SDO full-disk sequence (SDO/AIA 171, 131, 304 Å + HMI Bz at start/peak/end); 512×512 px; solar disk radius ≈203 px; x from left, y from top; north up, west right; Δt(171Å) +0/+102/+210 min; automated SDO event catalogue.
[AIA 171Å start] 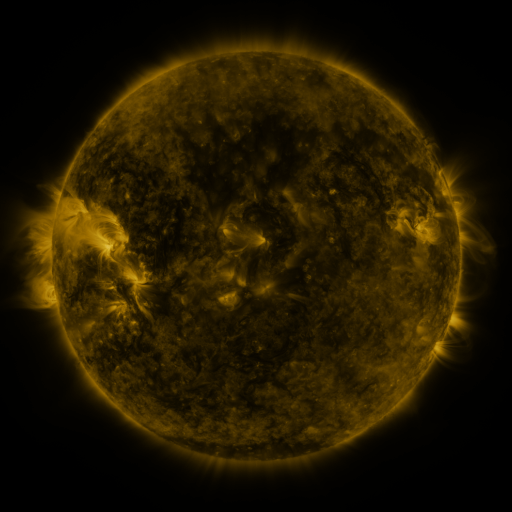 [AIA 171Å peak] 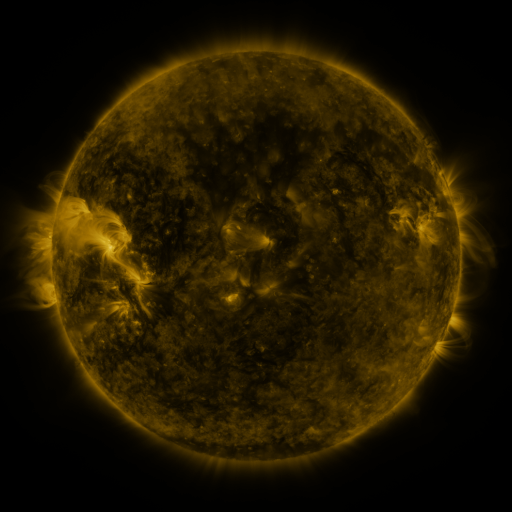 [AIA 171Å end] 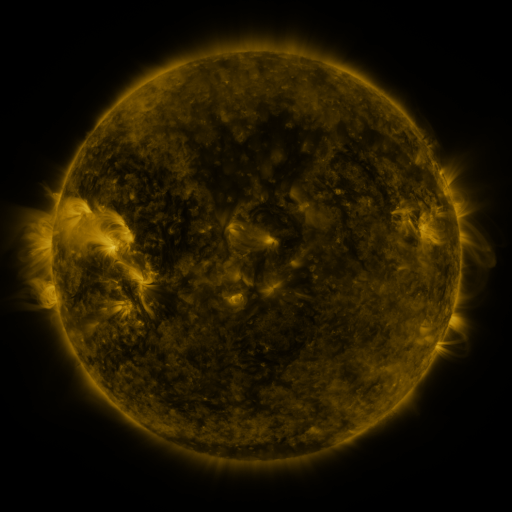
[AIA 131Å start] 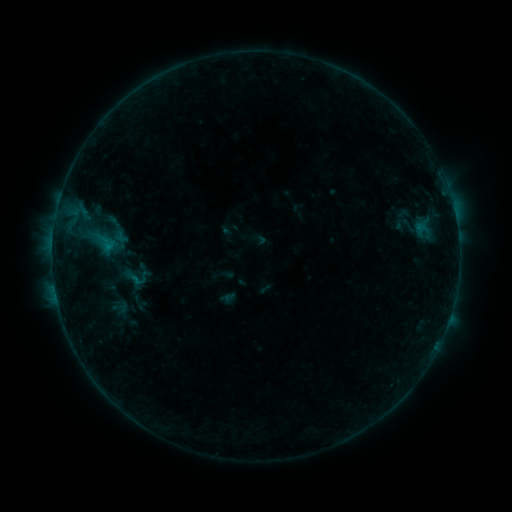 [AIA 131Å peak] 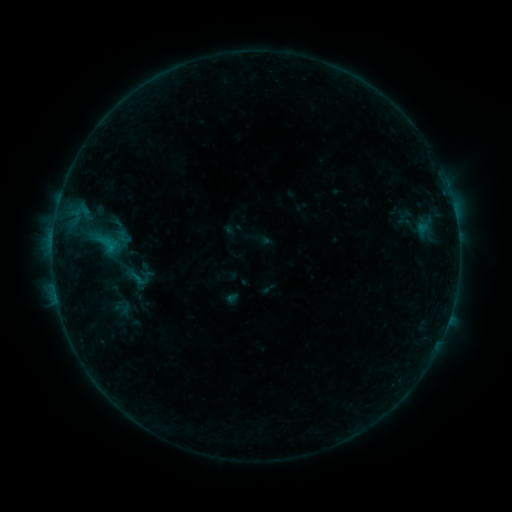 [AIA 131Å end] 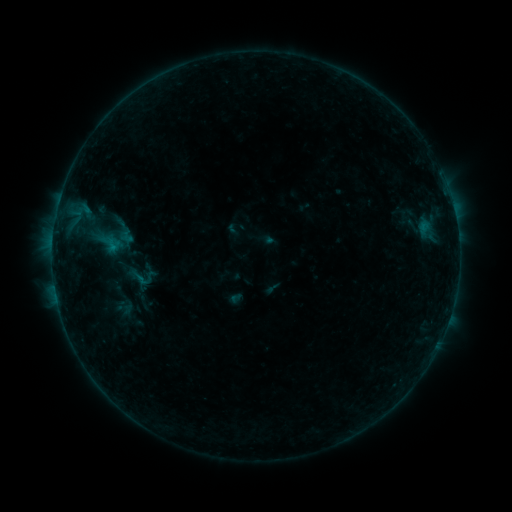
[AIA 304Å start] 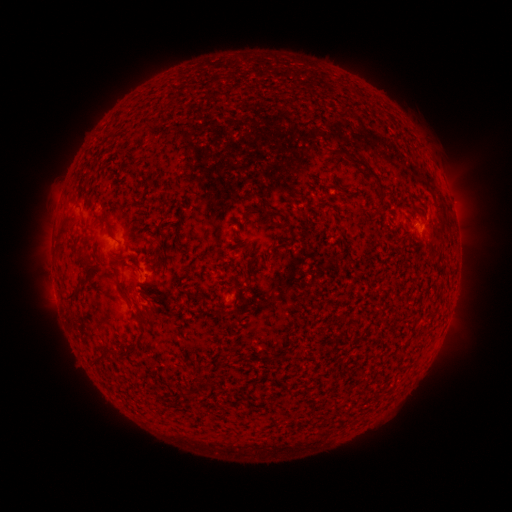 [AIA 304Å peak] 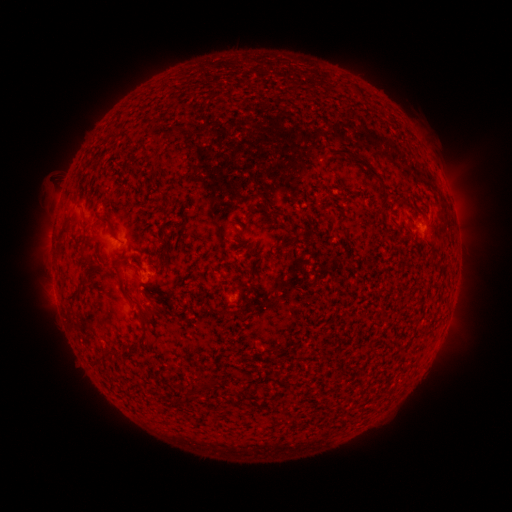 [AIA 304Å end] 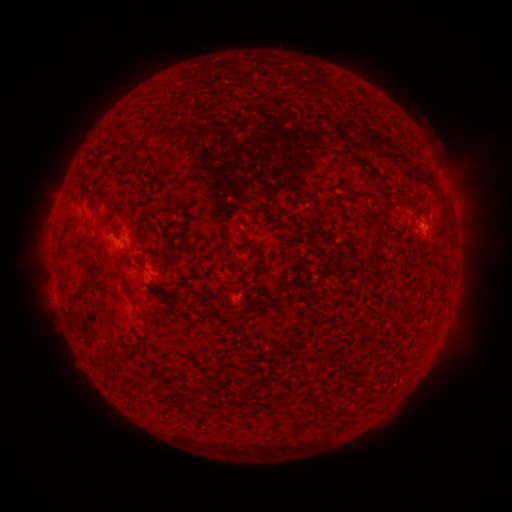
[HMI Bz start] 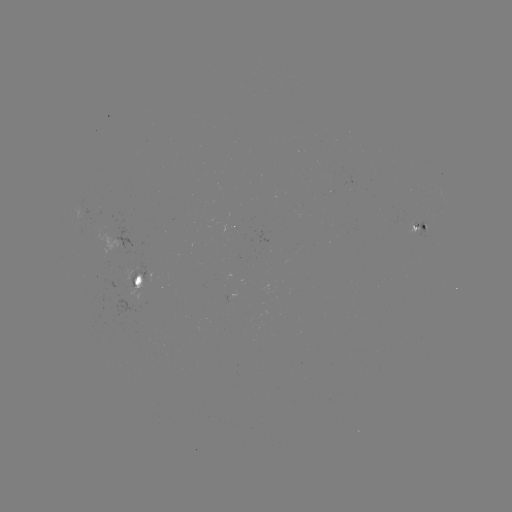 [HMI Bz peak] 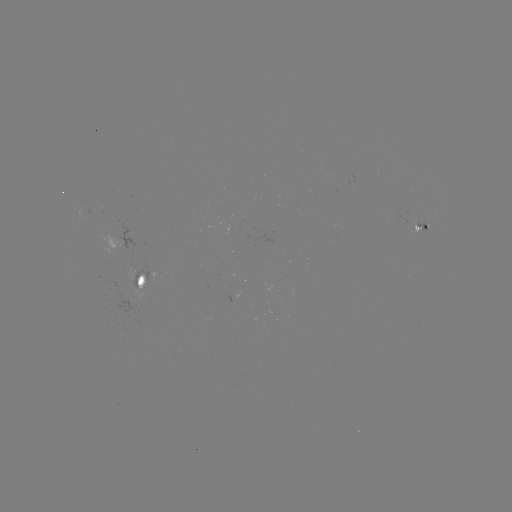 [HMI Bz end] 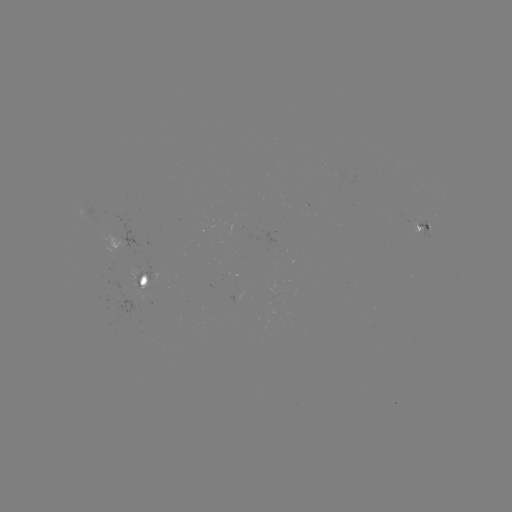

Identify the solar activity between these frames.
filament eruption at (41, 189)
